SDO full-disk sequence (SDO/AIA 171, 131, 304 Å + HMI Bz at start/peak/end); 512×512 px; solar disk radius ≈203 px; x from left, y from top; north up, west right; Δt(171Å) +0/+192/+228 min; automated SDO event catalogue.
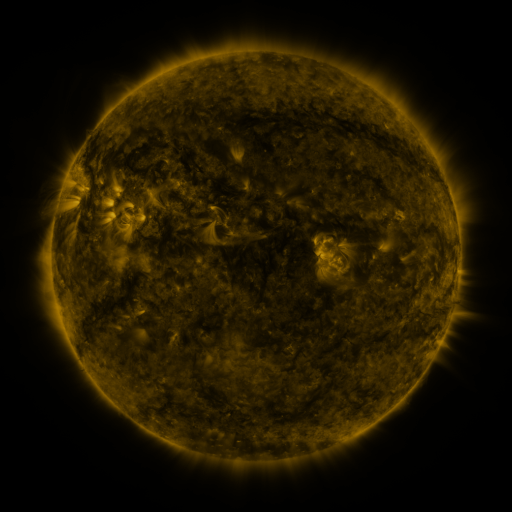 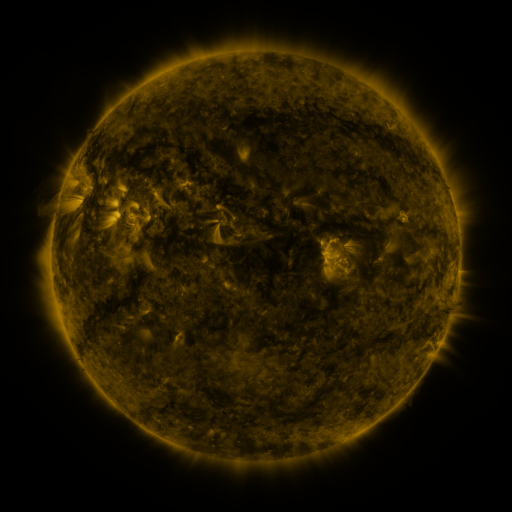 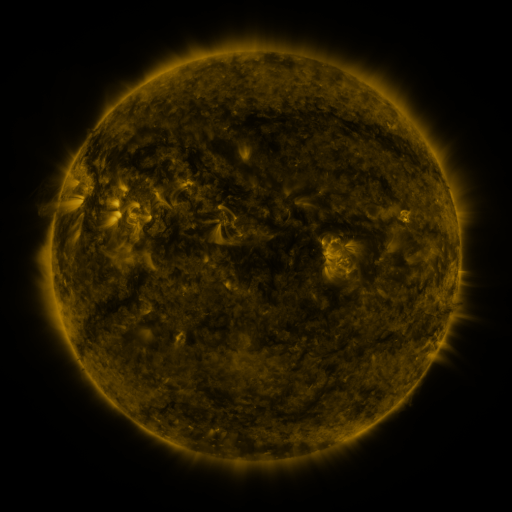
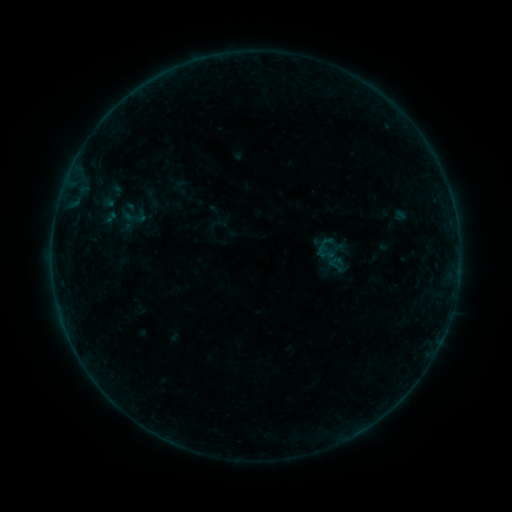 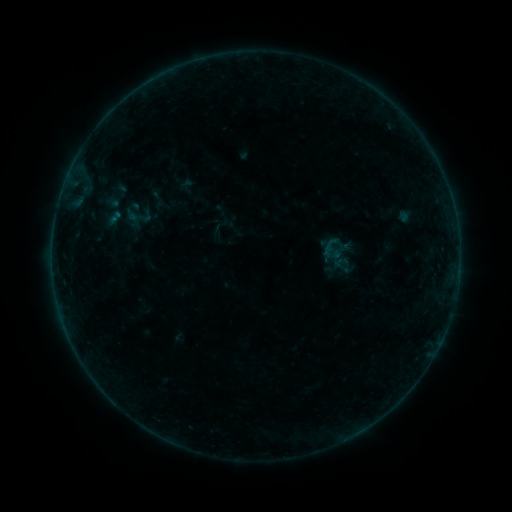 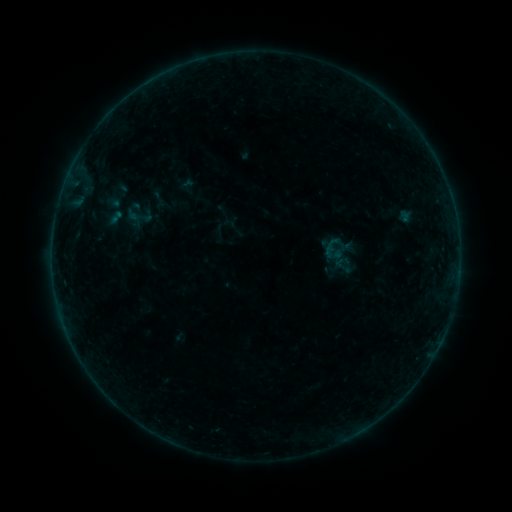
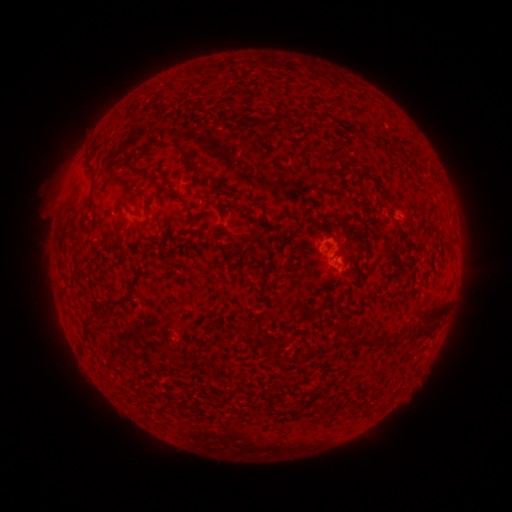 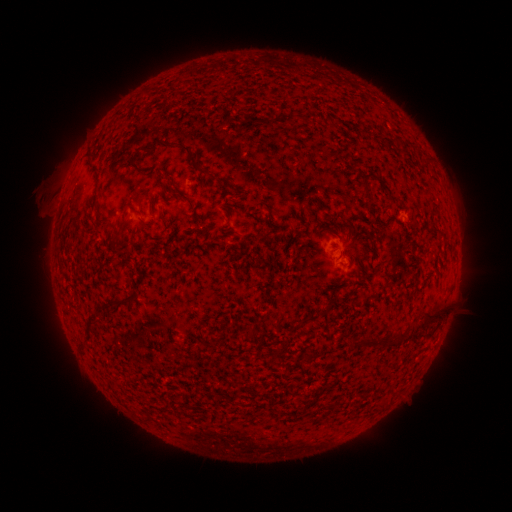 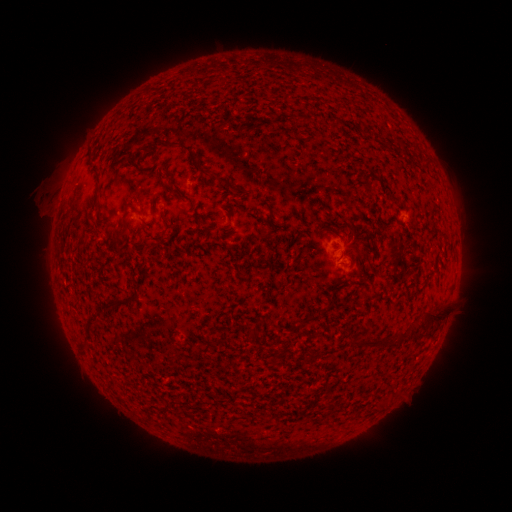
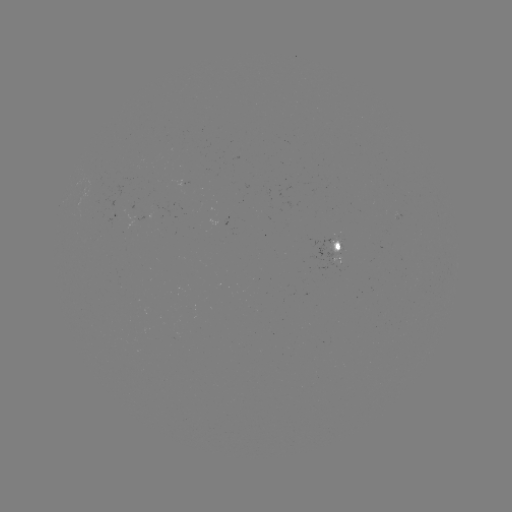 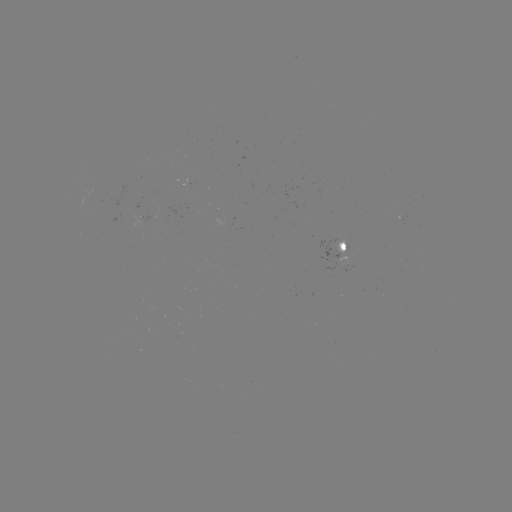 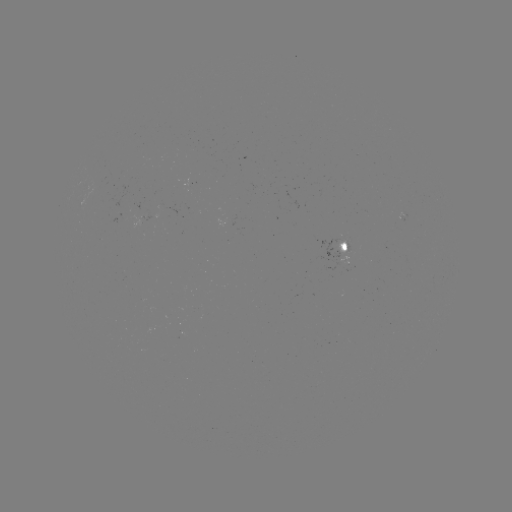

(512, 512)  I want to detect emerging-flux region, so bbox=[335, 240, 348, 254].